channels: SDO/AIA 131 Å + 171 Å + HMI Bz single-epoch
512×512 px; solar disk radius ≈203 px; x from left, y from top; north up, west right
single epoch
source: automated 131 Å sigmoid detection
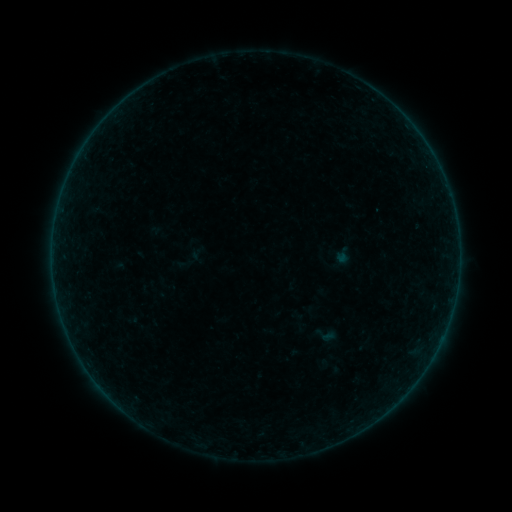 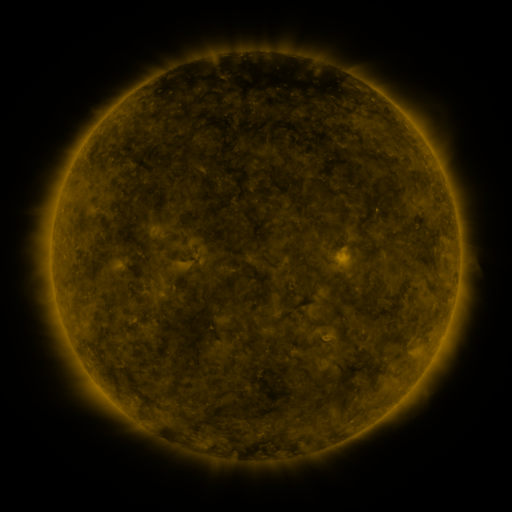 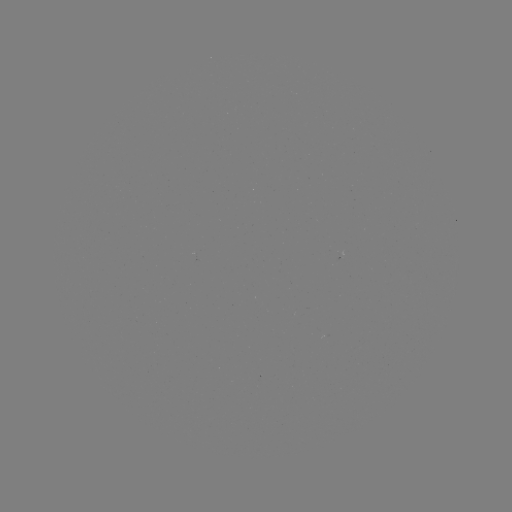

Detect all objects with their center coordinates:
sigmoid: (313, 322, 338, 347)
